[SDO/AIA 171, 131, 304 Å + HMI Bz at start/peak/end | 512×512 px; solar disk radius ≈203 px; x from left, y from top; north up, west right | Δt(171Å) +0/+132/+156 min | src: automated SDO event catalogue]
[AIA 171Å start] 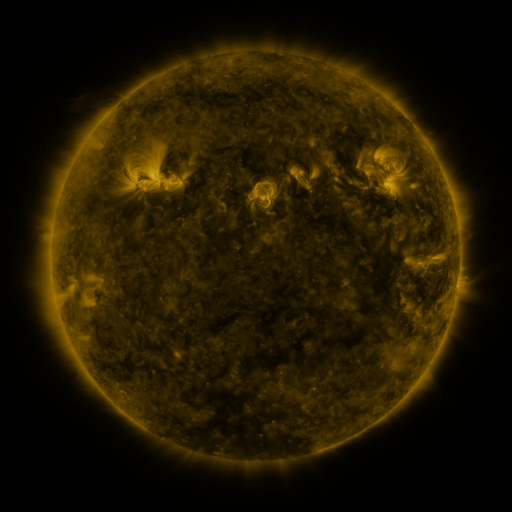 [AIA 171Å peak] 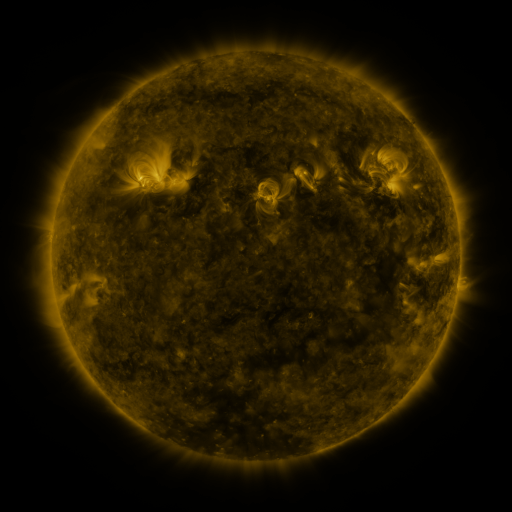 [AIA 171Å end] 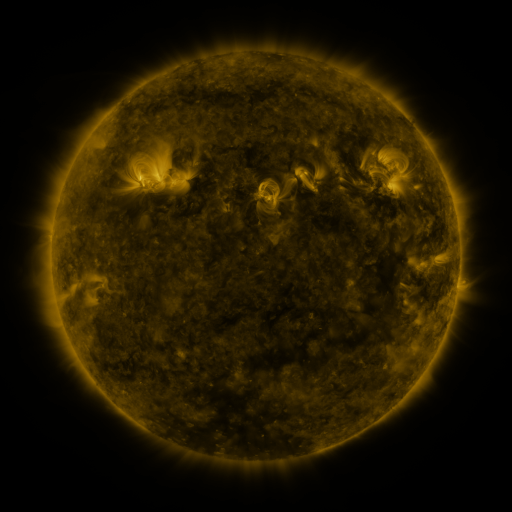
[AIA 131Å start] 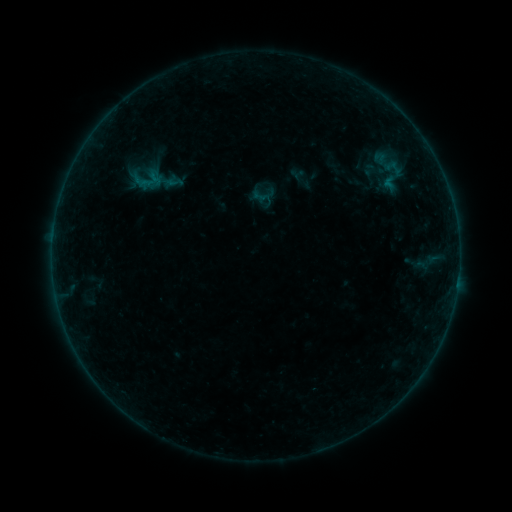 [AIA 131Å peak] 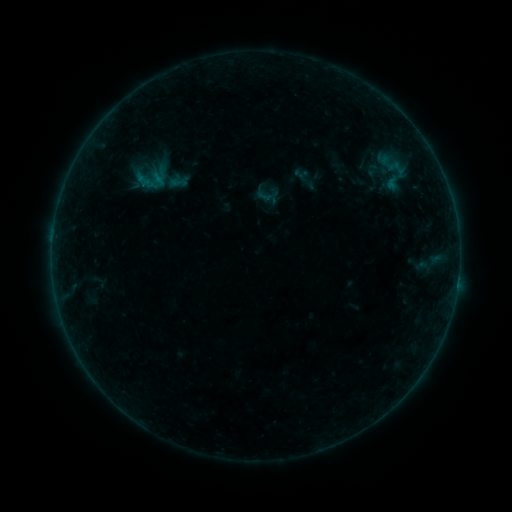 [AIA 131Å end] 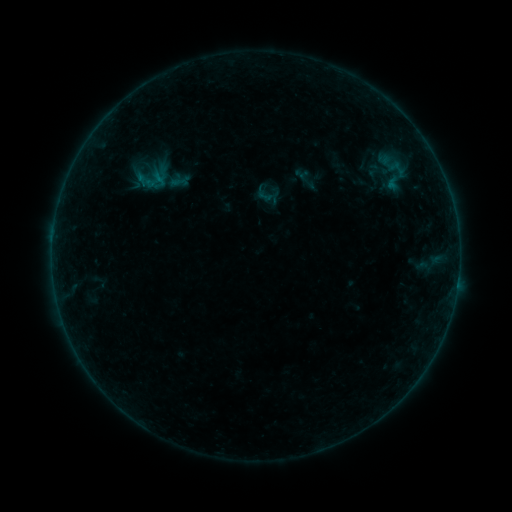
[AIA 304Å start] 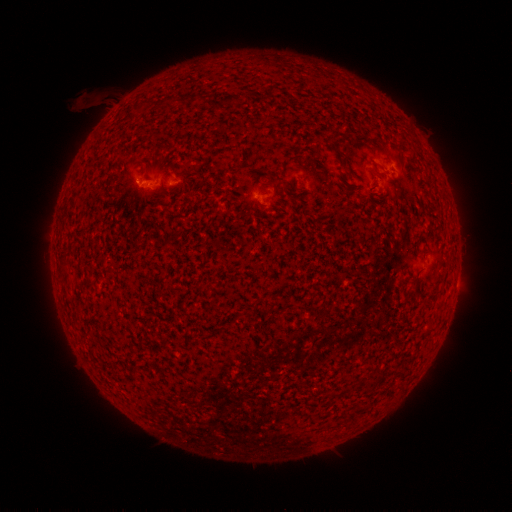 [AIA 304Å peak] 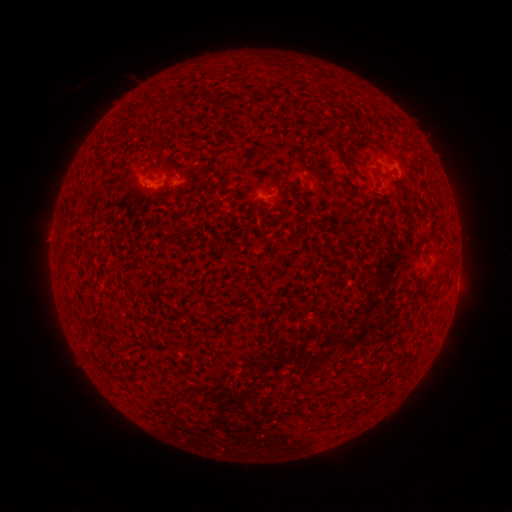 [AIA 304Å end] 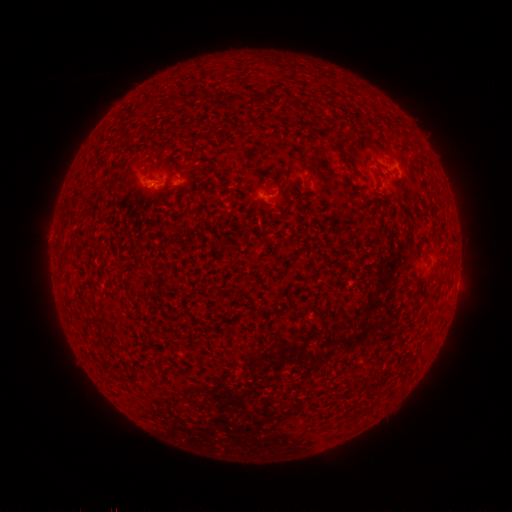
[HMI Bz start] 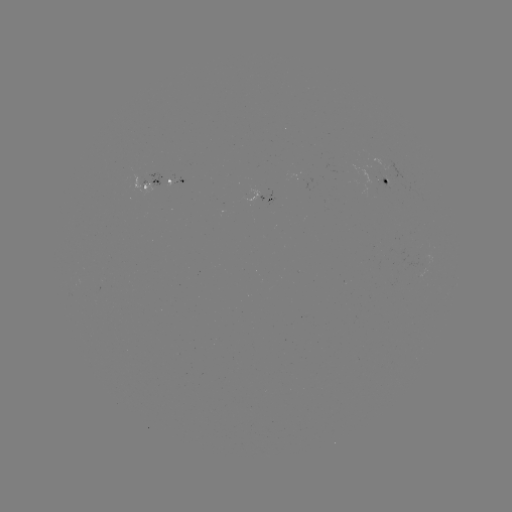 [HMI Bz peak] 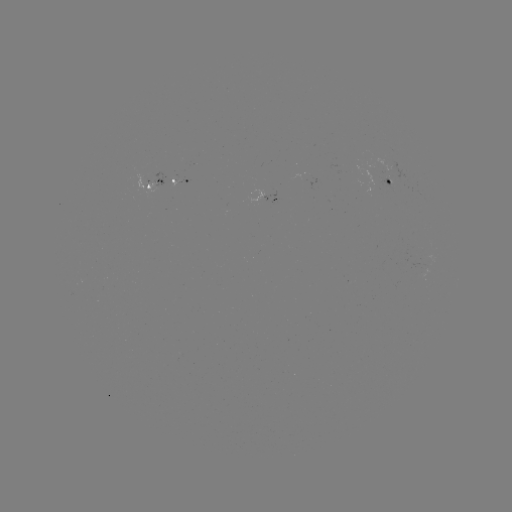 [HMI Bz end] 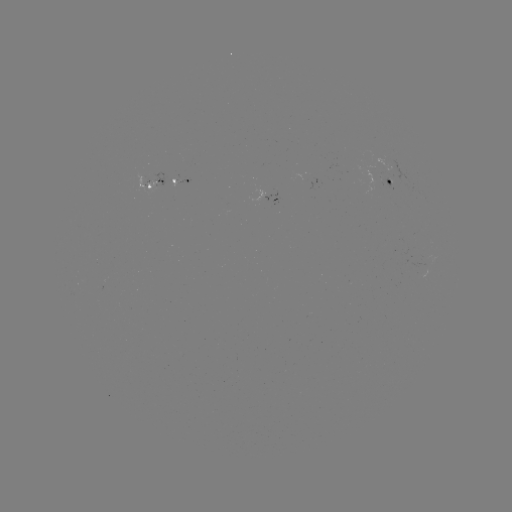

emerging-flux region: (250, 190, 264, 203)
